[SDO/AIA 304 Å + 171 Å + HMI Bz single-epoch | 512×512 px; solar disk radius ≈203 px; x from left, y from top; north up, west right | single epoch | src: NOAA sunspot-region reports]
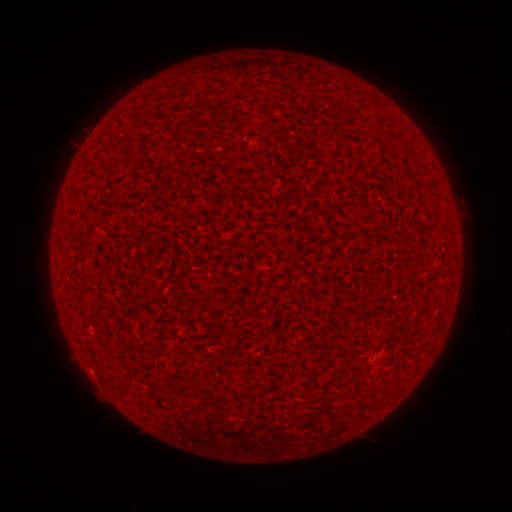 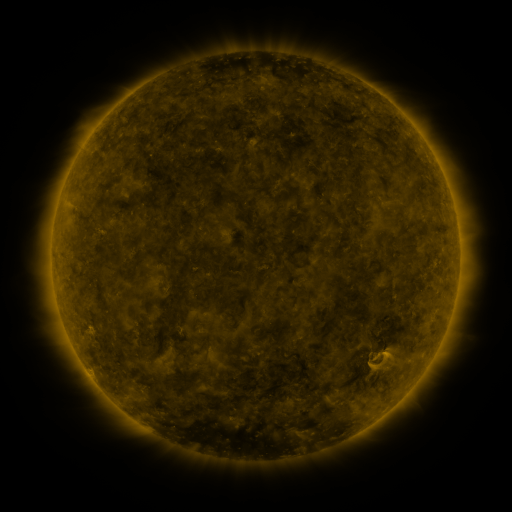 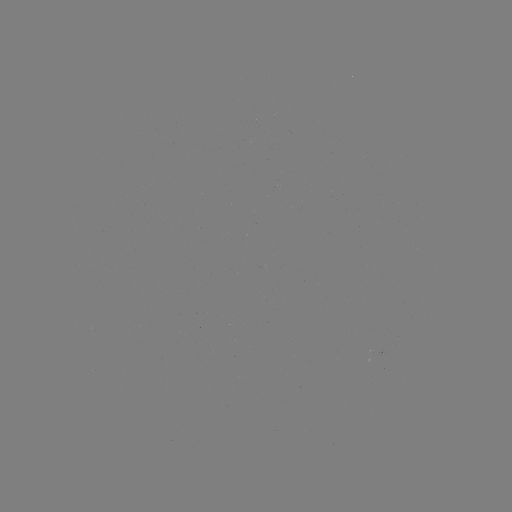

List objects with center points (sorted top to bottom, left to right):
(none)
